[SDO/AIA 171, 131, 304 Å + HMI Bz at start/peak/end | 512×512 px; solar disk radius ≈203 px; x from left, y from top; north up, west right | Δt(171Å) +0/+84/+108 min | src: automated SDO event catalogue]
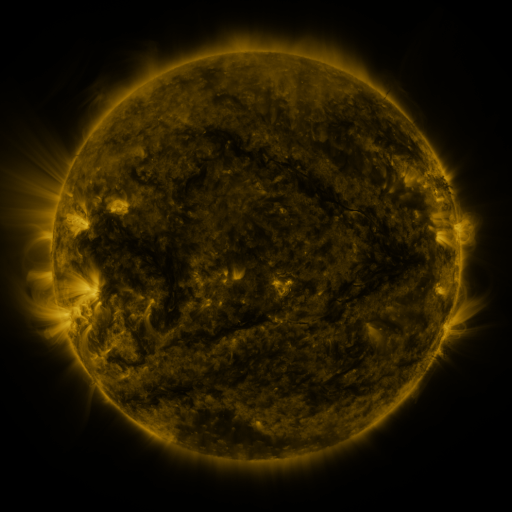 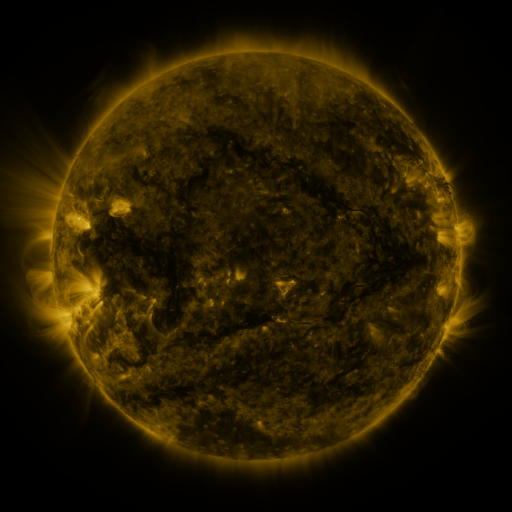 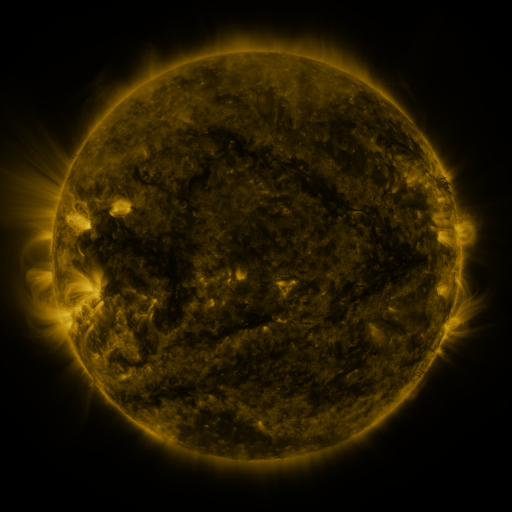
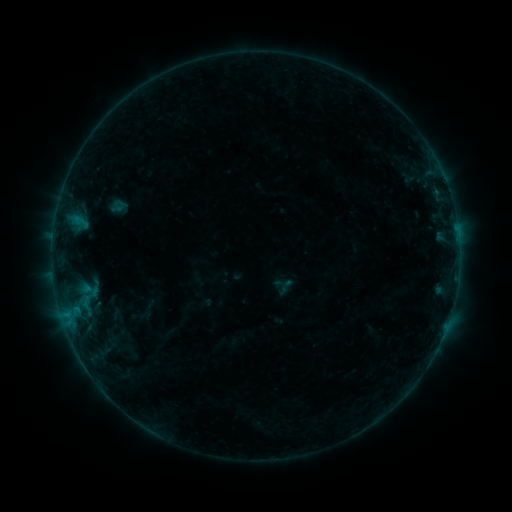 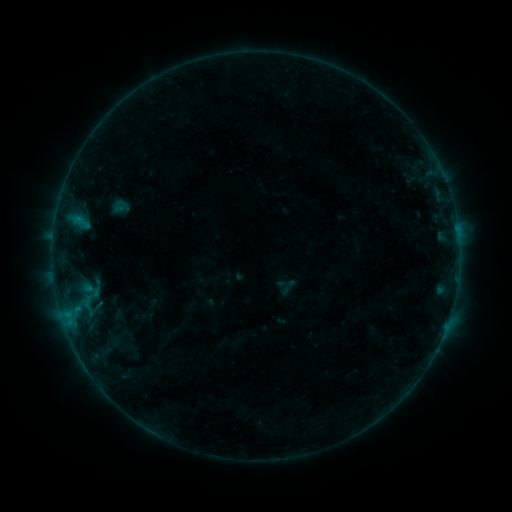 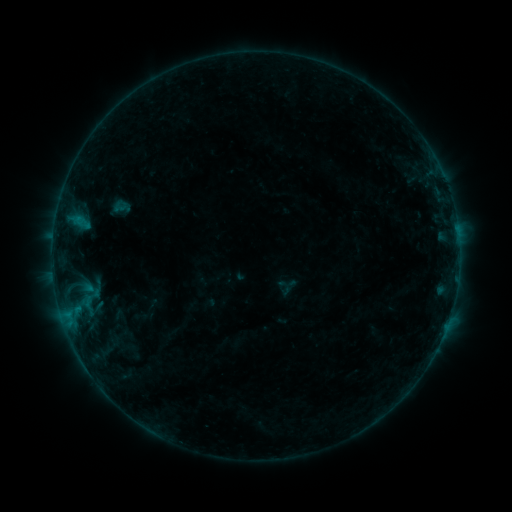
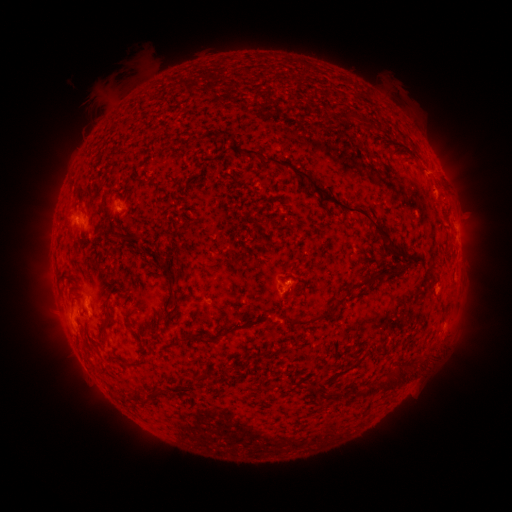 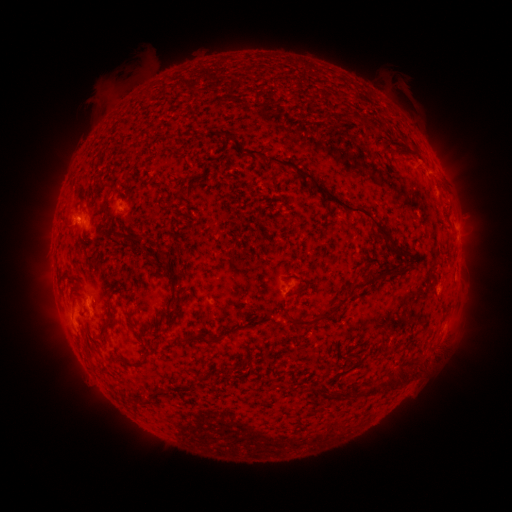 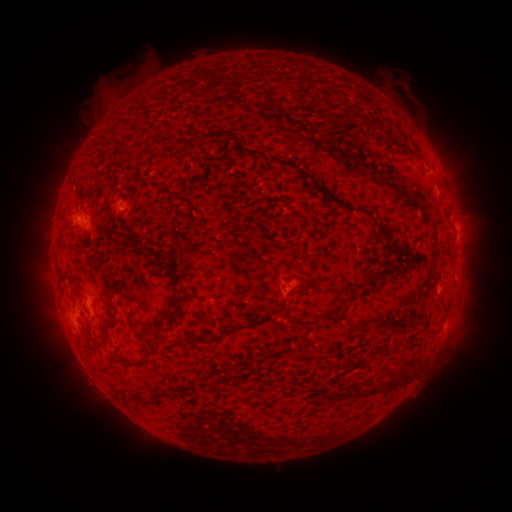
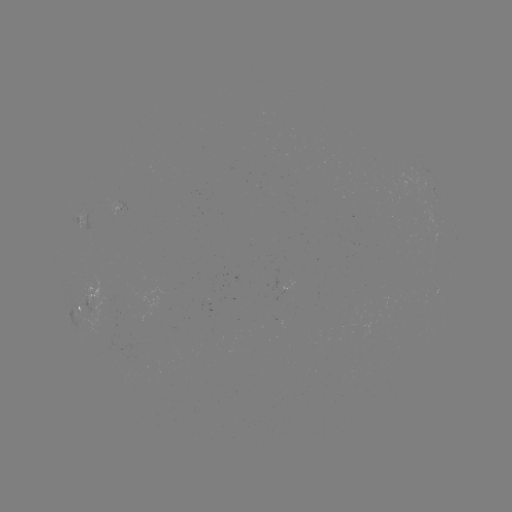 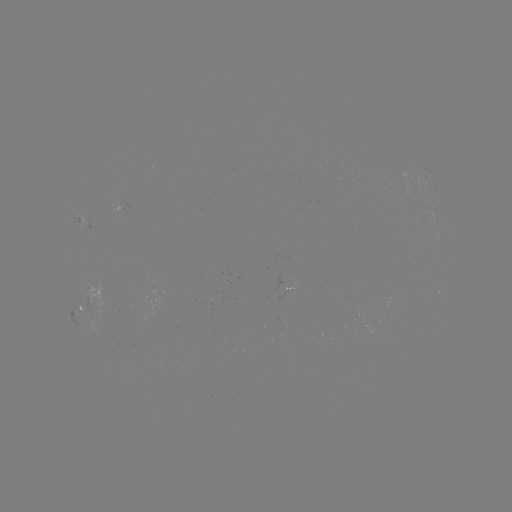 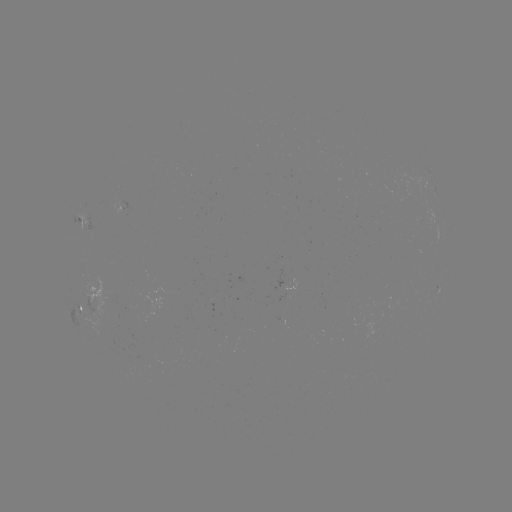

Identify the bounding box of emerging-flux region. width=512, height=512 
[81, 297, 98, 317].